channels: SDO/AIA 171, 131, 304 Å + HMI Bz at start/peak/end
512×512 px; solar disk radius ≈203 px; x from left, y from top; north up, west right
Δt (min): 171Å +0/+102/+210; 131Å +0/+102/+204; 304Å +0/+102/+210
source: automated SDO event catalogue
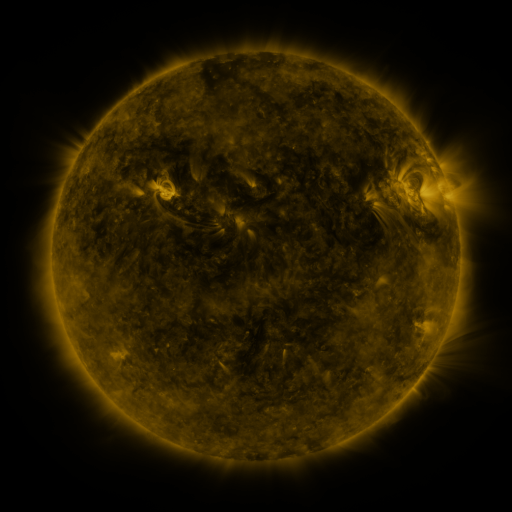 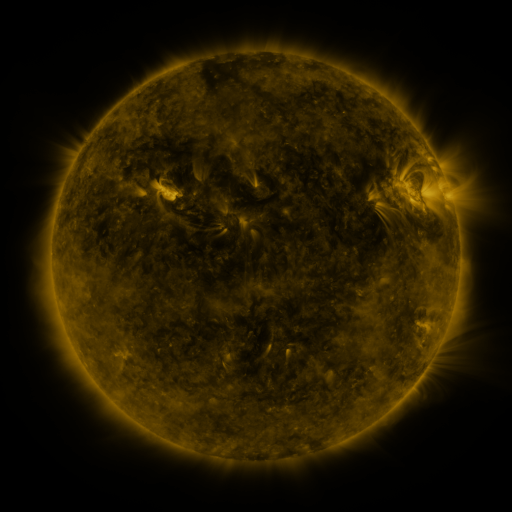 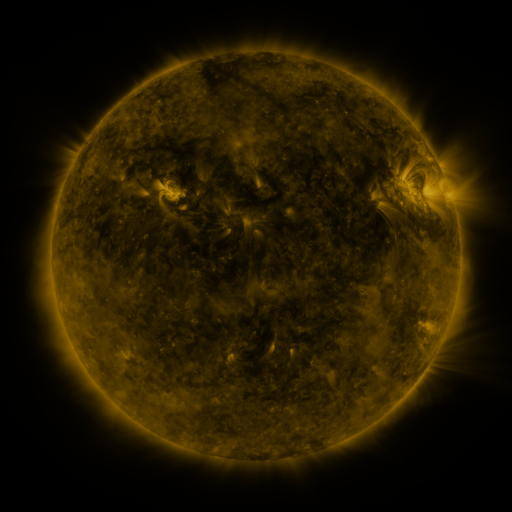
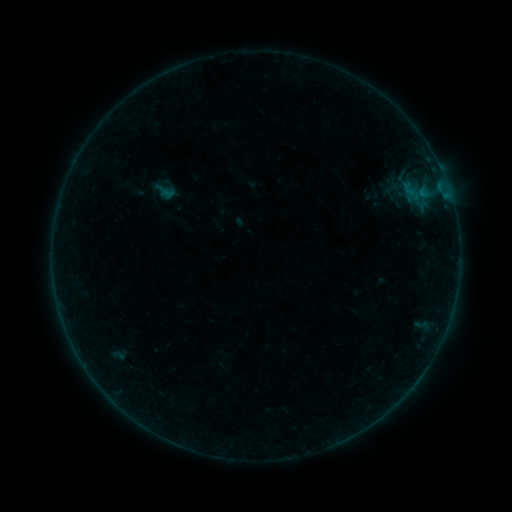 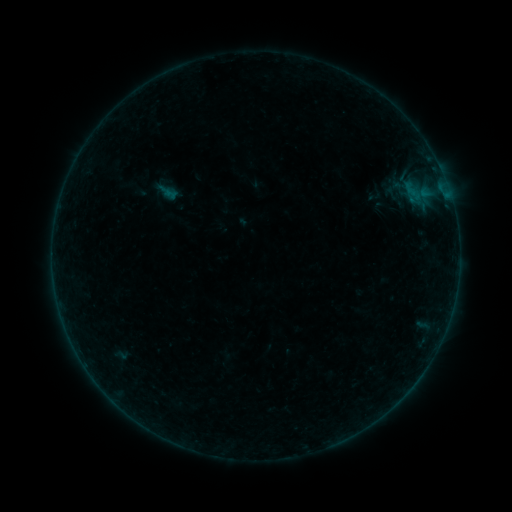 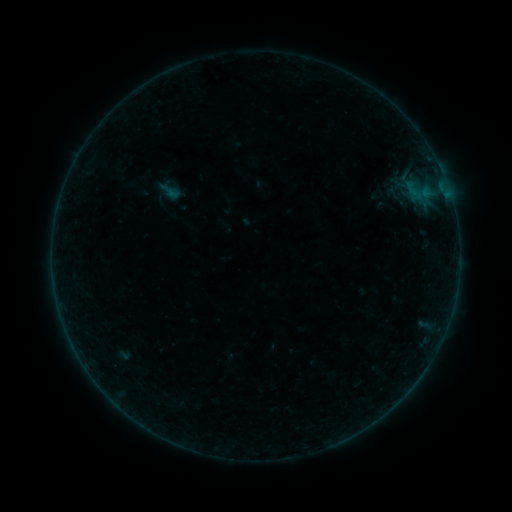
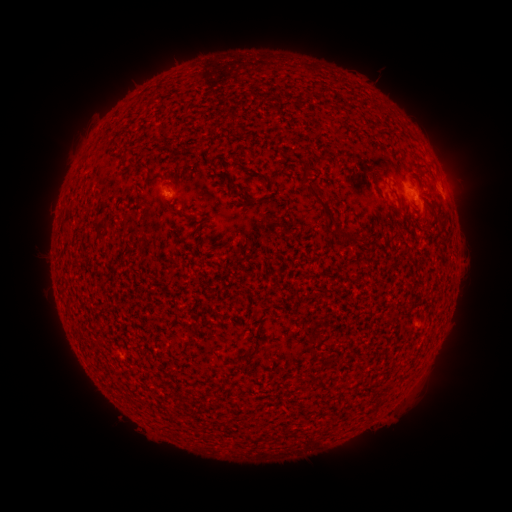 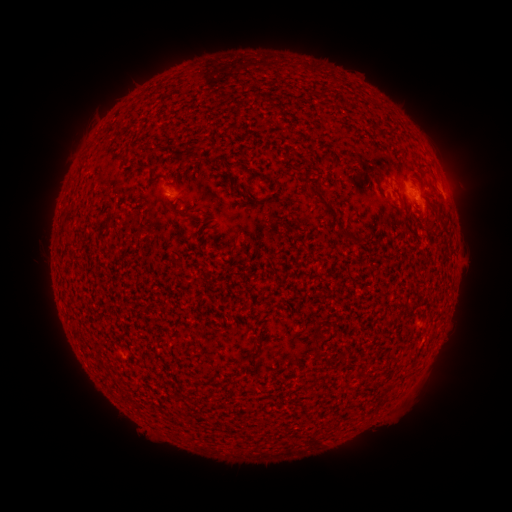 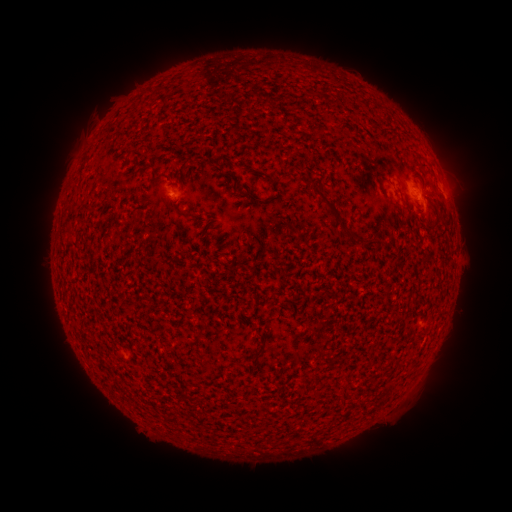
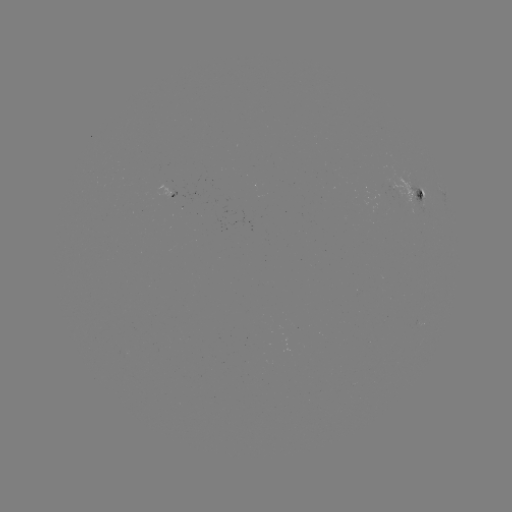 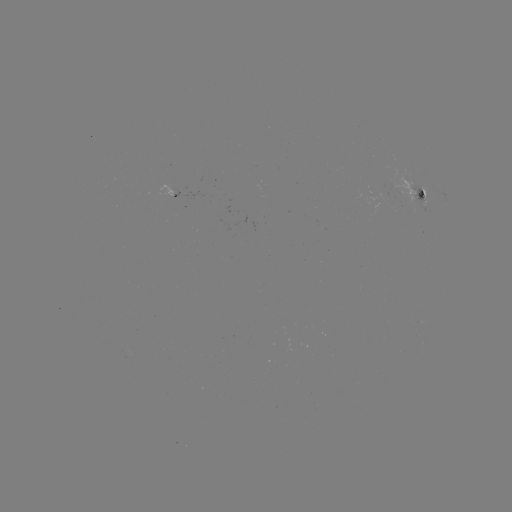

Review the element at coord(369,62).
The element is filament eruption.